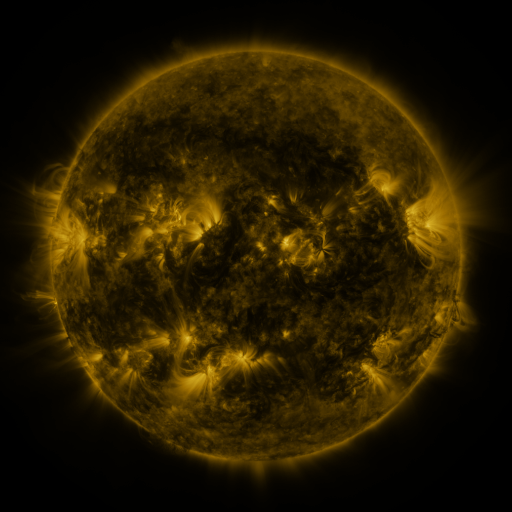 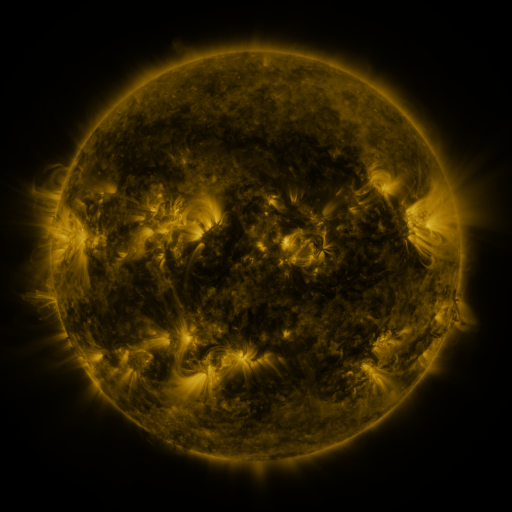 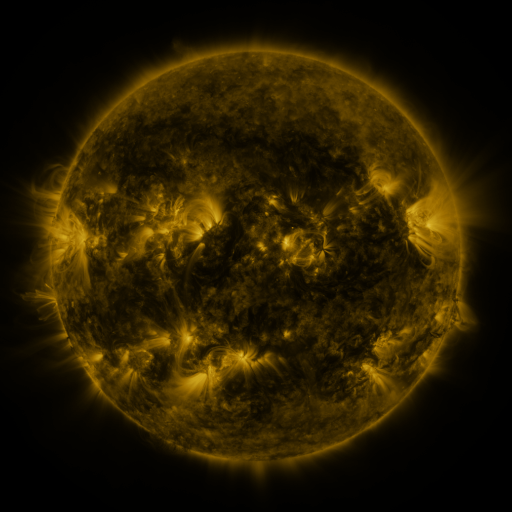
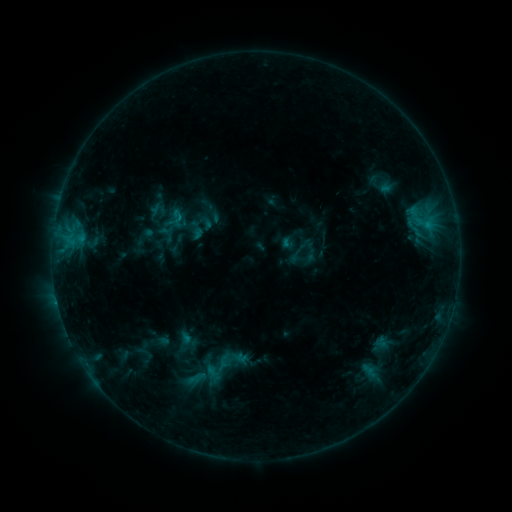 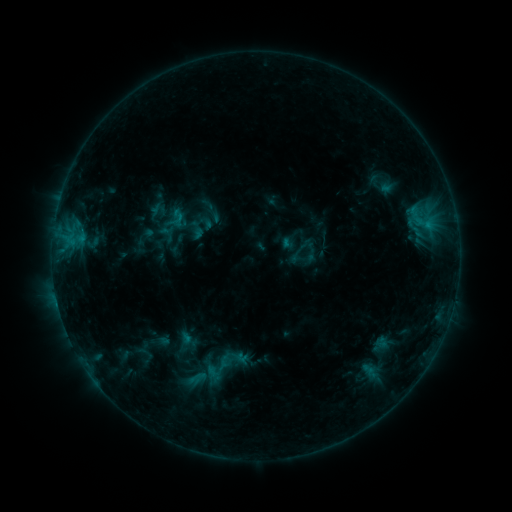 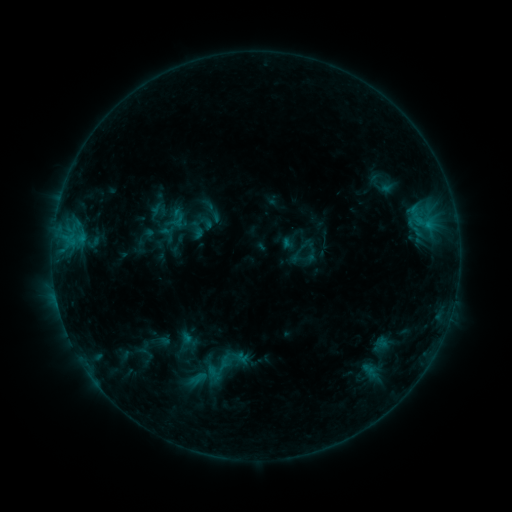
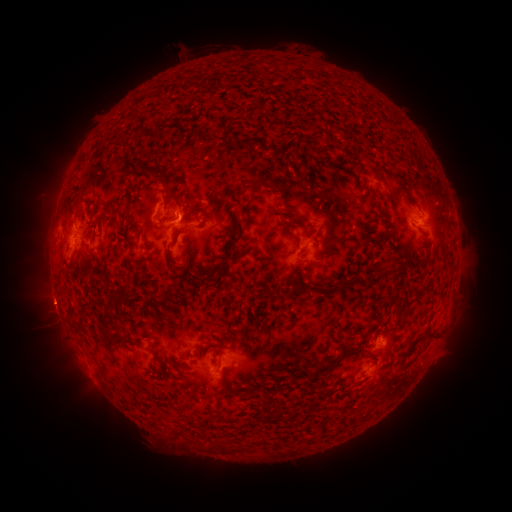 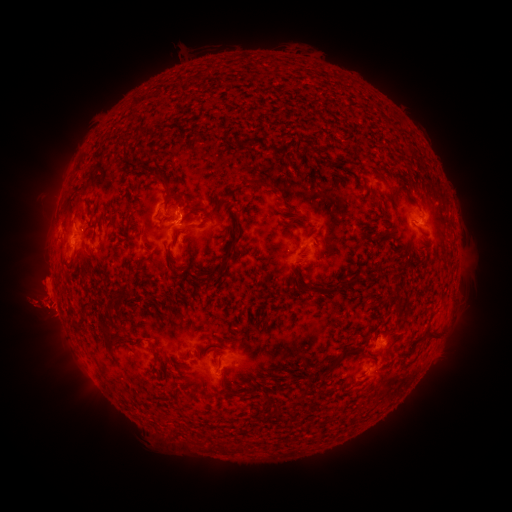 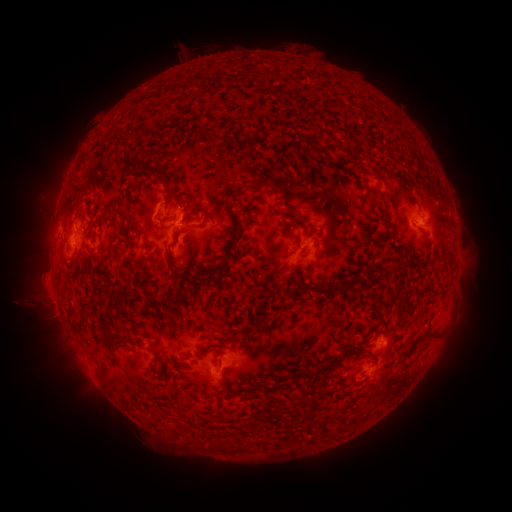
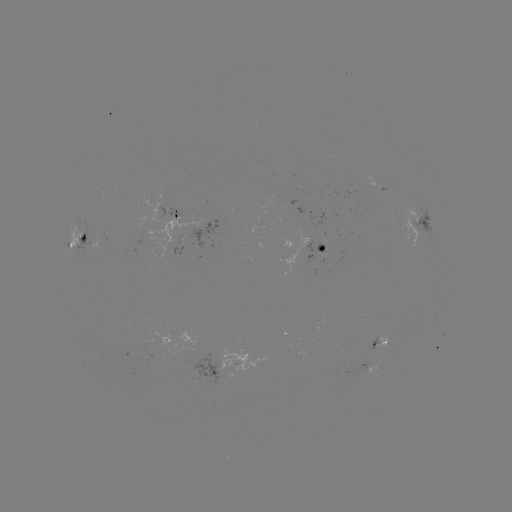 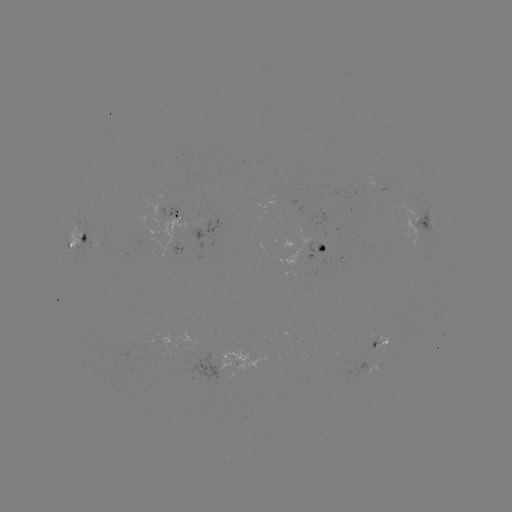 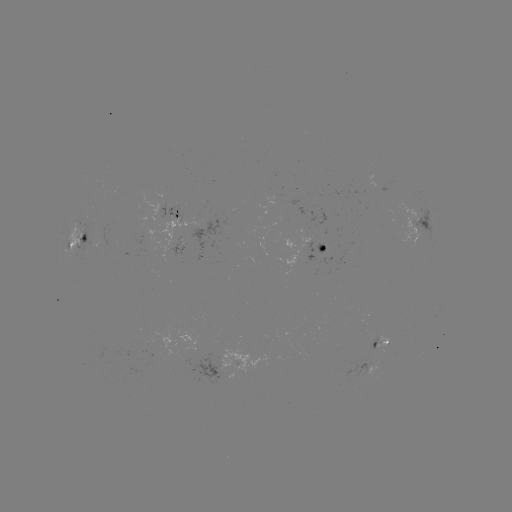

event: eruption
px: (41, 301)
